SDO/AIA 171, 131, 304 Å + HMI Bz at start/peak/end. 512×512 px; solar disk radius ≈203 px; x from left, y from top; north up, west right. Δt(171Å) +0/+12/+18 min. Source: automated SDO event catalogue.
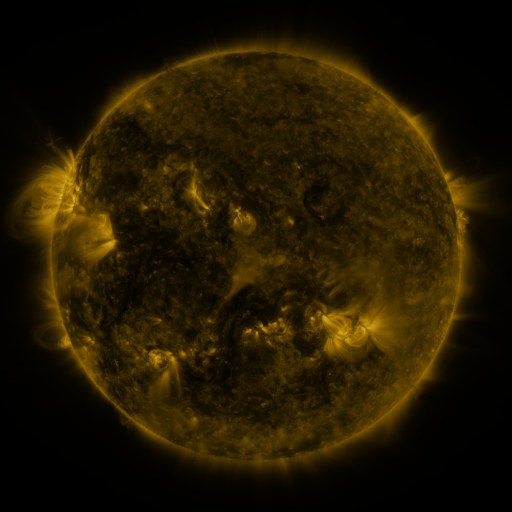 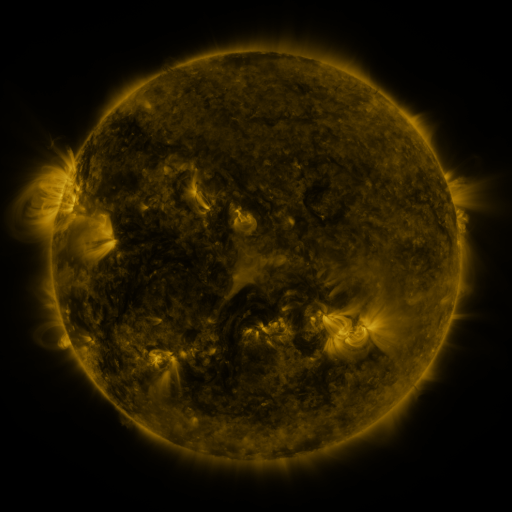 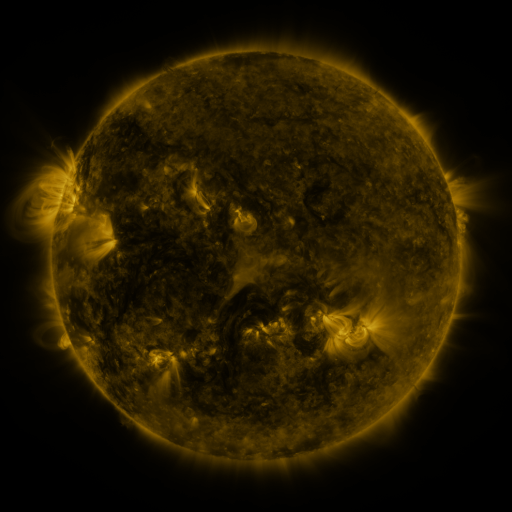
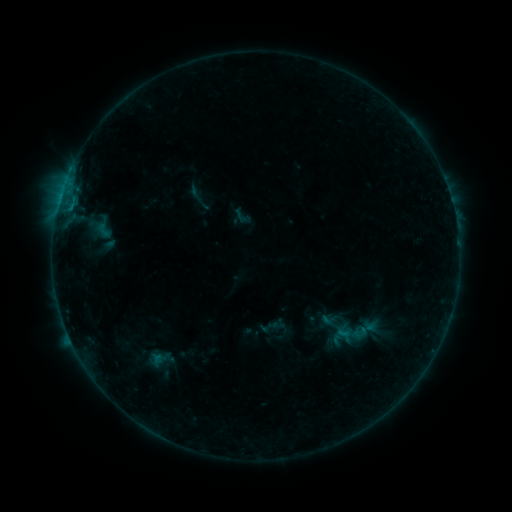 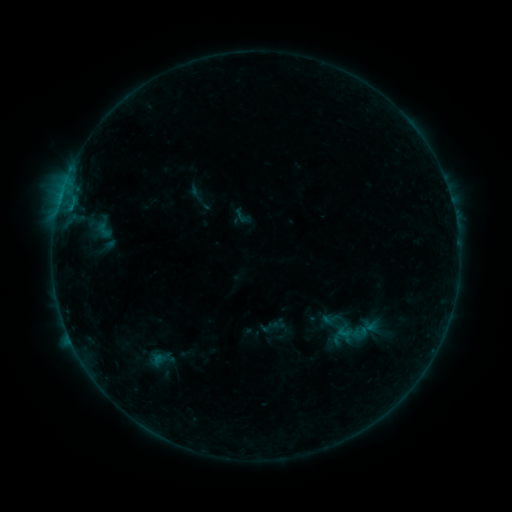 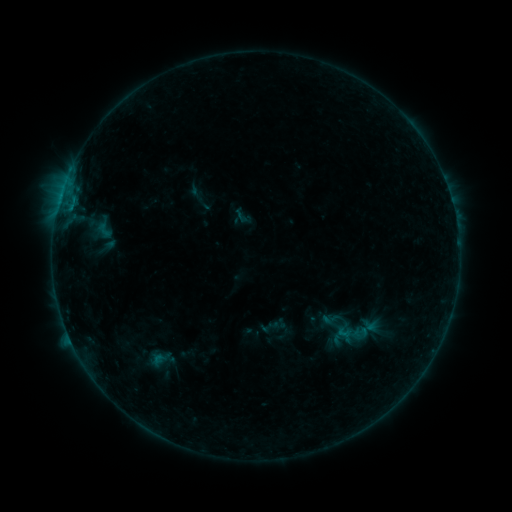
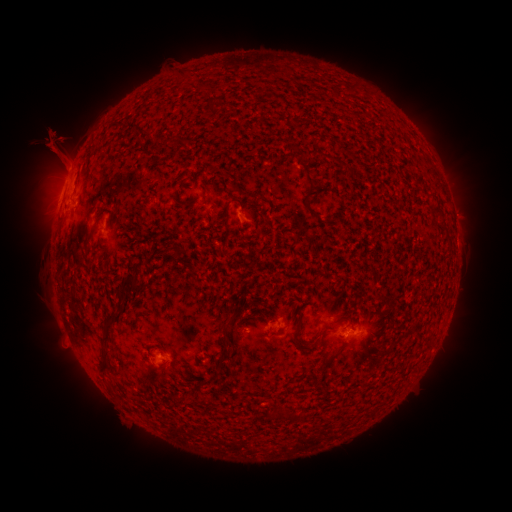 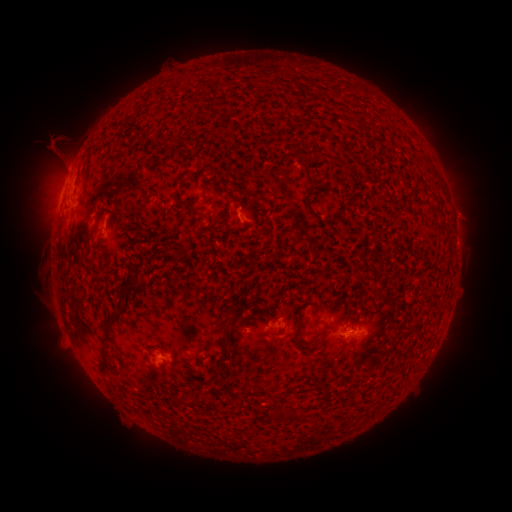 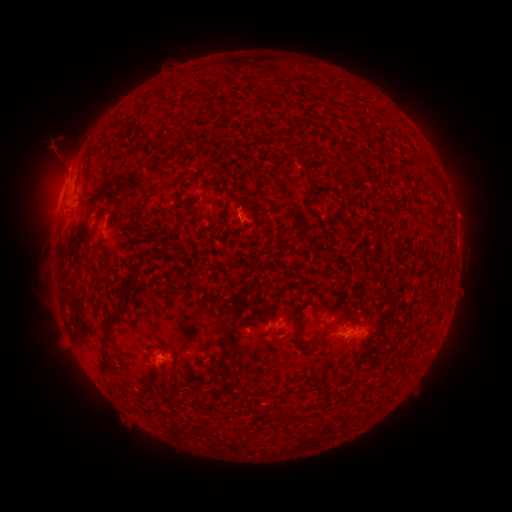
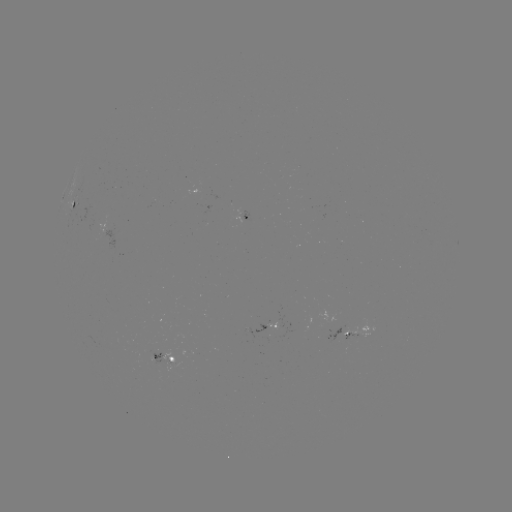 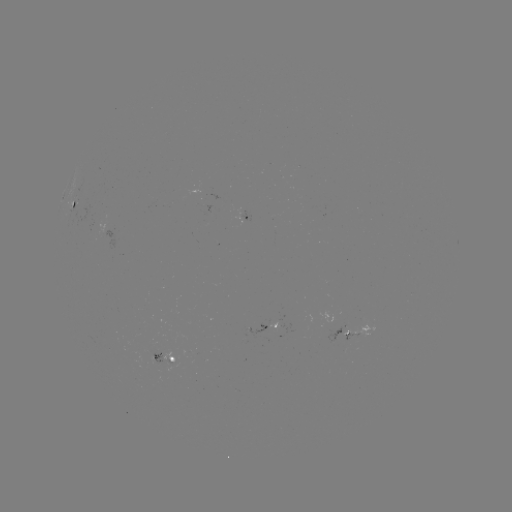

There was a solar eruption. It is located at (463, 213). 